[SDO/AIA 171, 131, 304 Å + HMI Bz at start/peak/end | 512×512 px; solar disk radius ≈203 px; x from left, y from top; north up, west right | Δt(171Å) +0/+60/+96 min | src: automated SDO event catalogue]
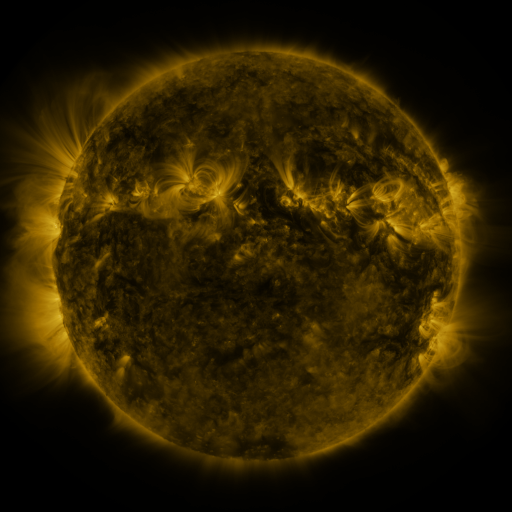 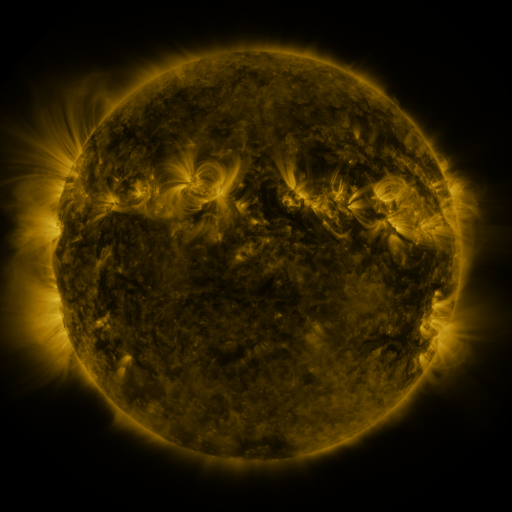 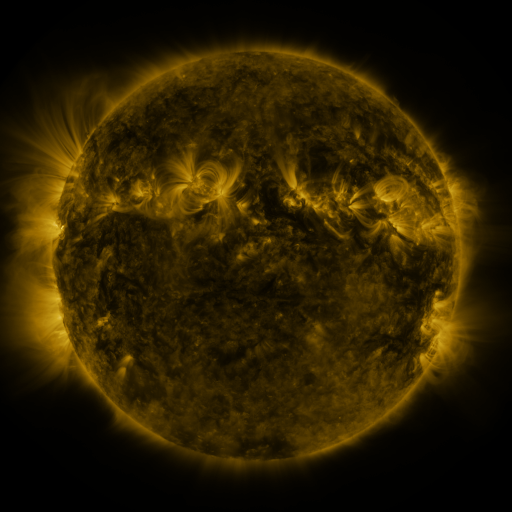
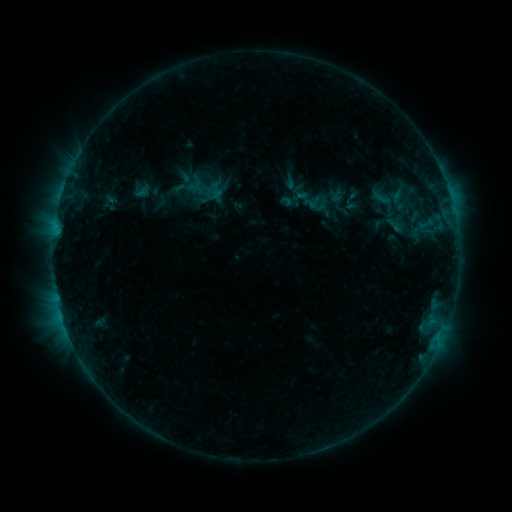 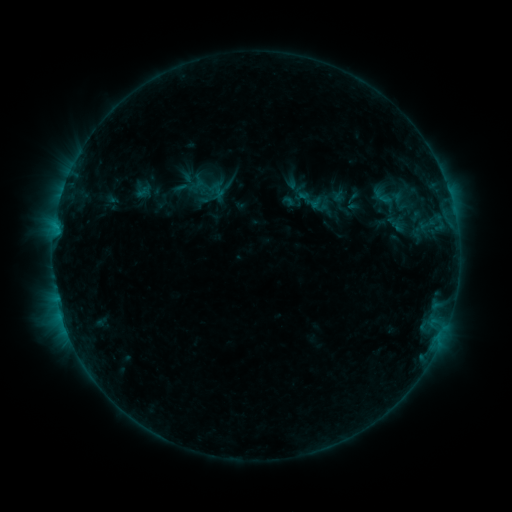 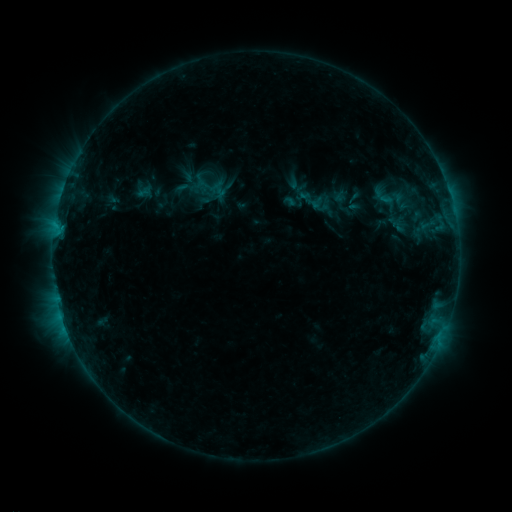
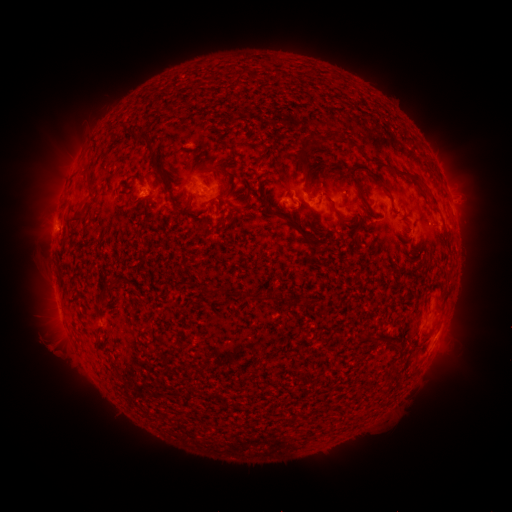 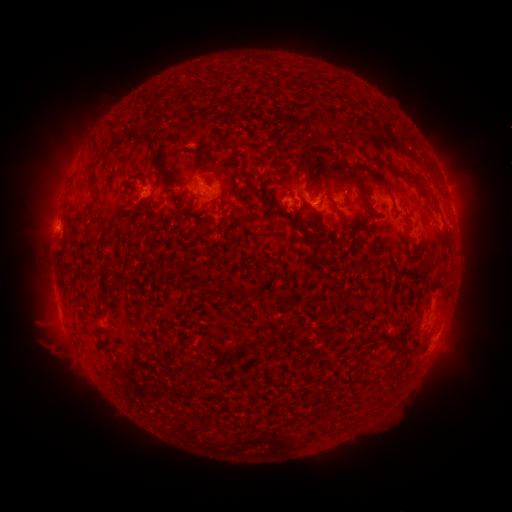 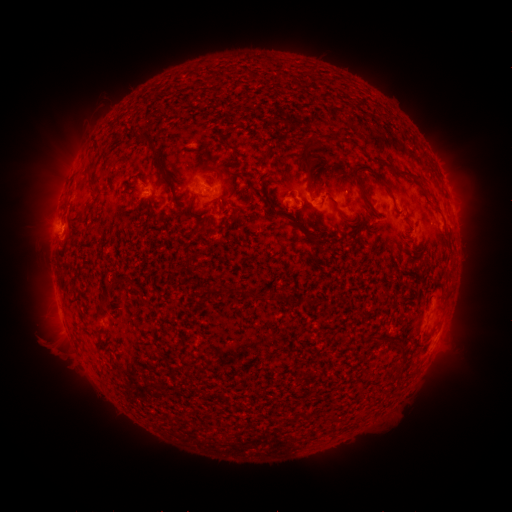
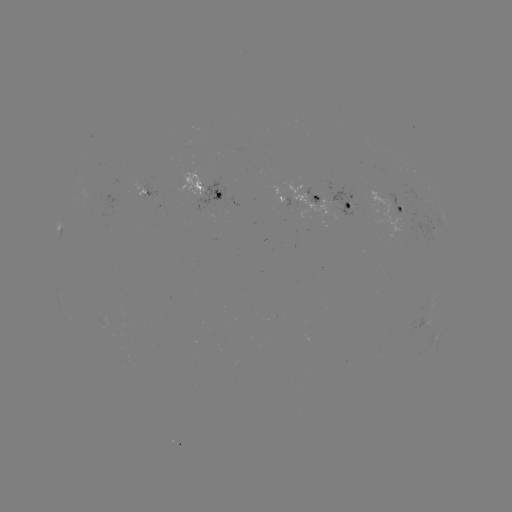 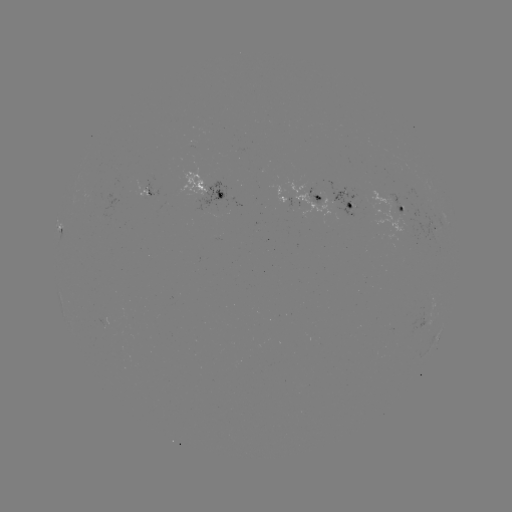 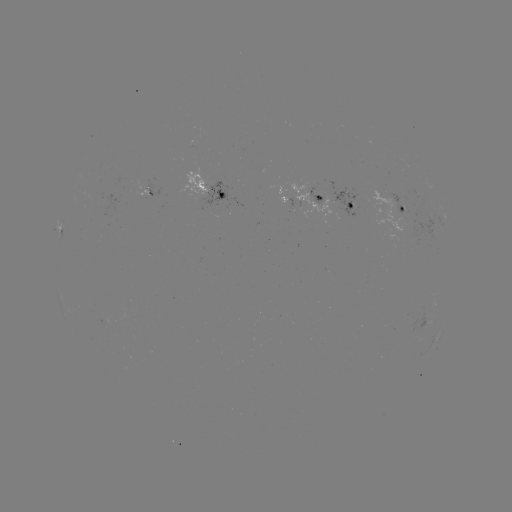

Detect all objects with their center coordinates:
emerging-flux region: (238, 150)
